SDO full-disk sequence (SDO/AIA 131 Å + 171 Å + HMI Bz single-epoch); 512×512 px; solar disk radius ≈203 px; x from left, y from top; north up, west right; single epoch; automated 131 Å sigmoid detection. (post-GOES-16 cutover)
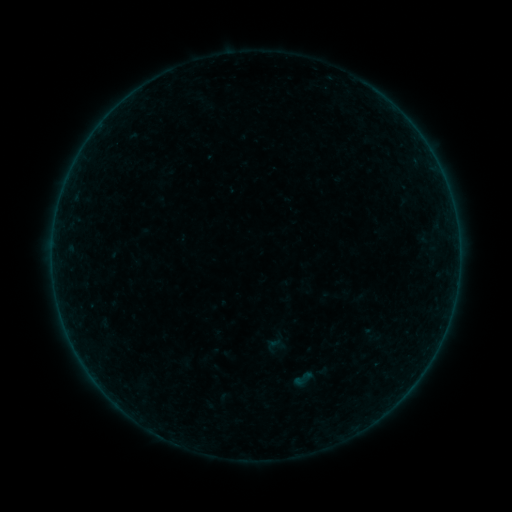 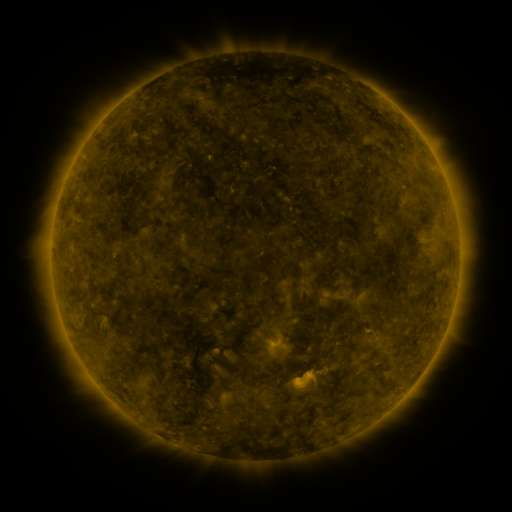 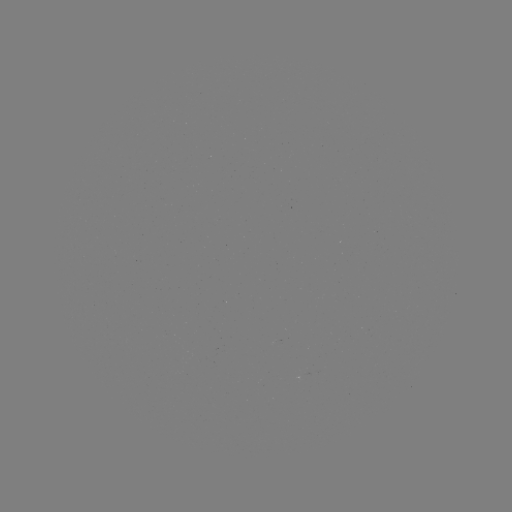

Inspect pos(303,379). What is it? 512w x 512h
sigmoid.